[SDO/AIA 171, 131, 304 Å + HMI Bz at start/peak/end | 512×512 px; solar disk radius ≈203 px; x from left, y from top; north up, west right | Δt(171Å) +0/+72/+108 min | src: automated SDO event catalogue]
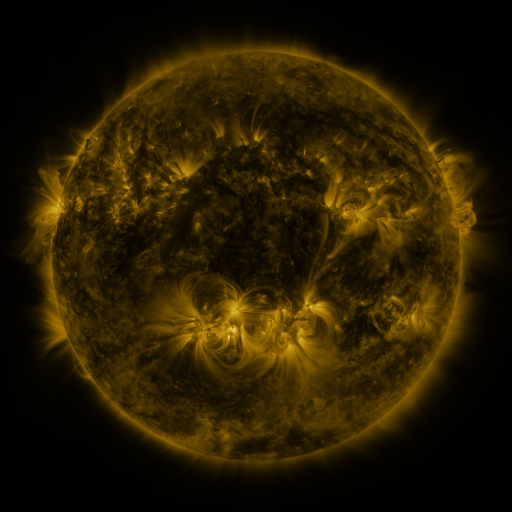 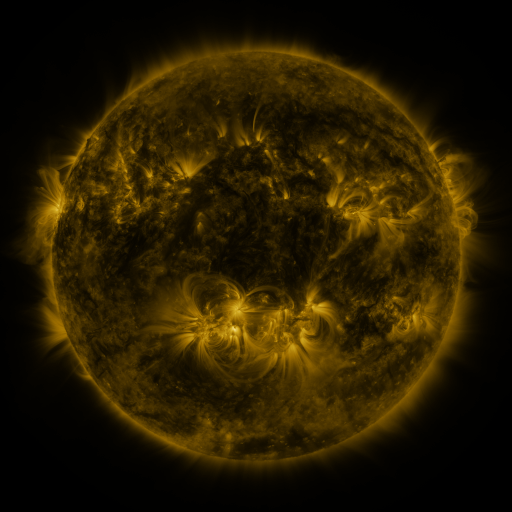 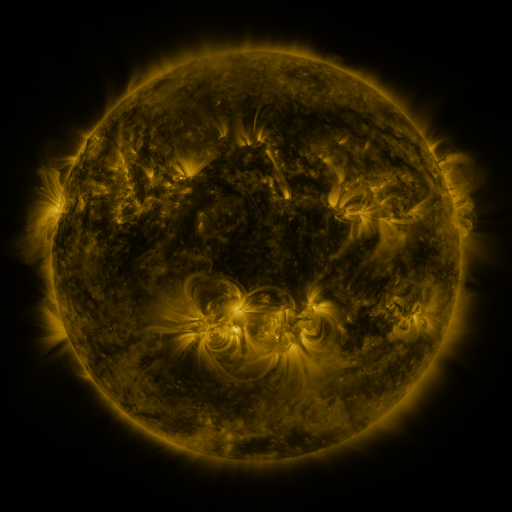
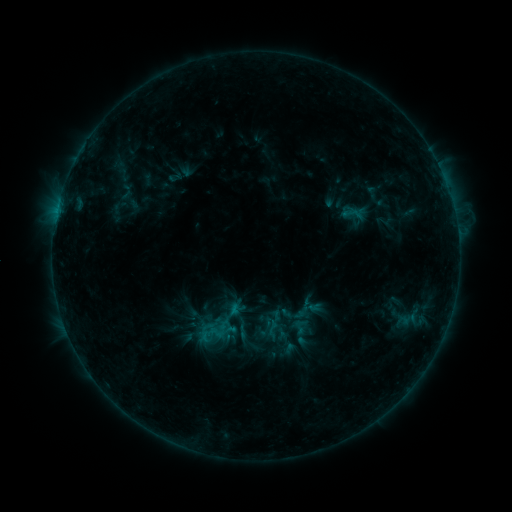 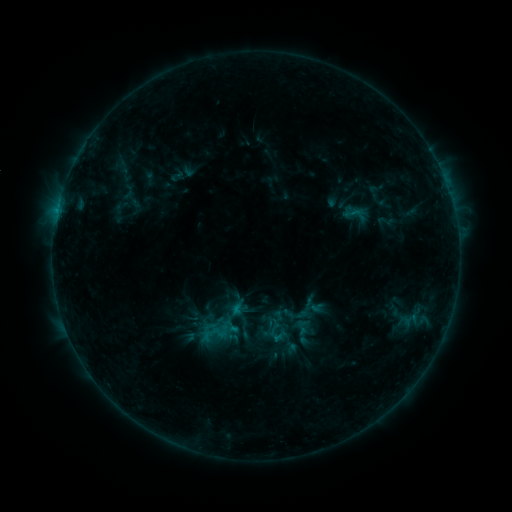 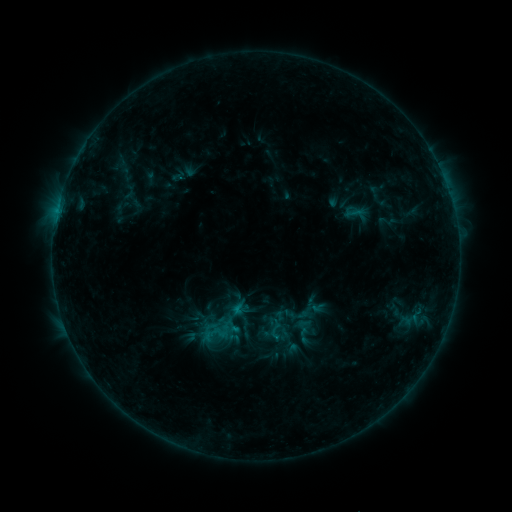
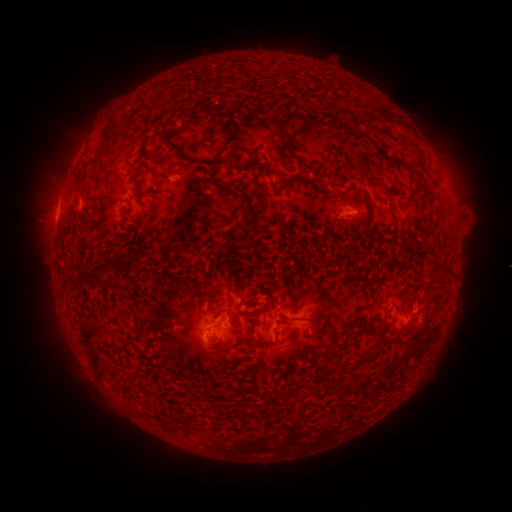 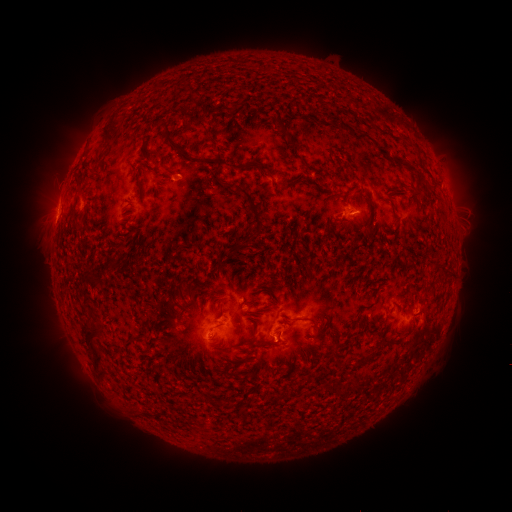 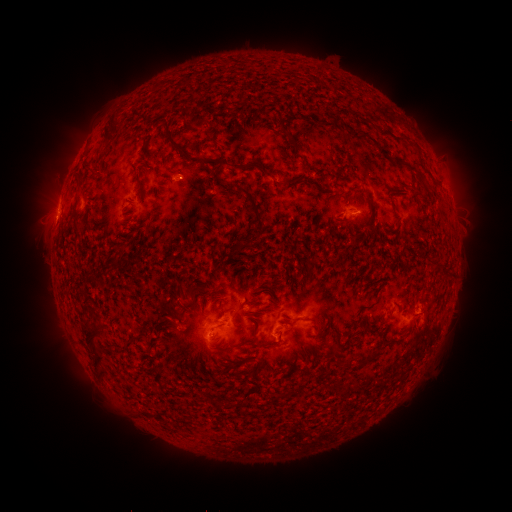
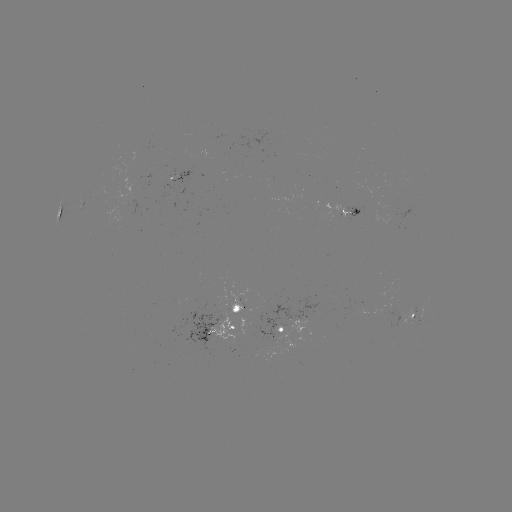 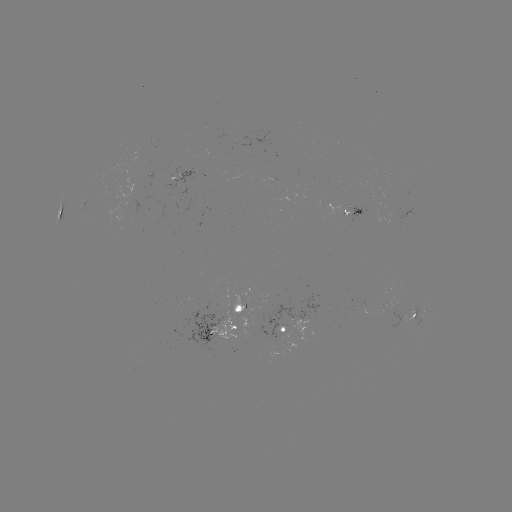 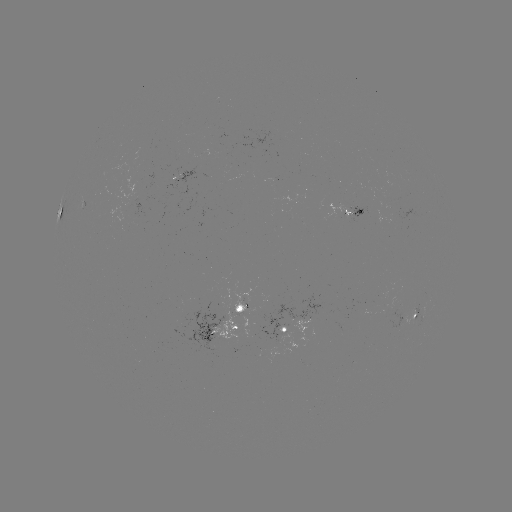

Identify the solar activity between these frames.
emerging-flux region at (389, 315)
